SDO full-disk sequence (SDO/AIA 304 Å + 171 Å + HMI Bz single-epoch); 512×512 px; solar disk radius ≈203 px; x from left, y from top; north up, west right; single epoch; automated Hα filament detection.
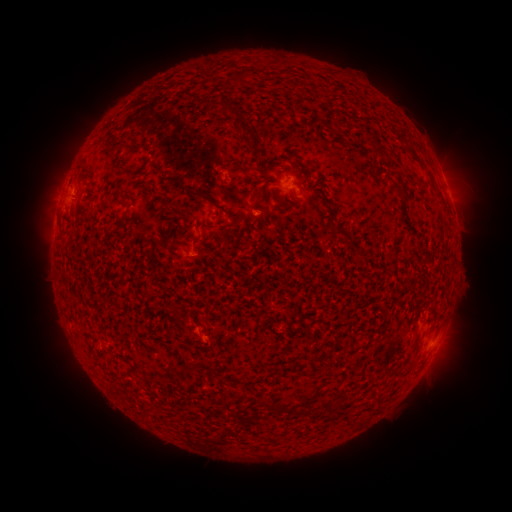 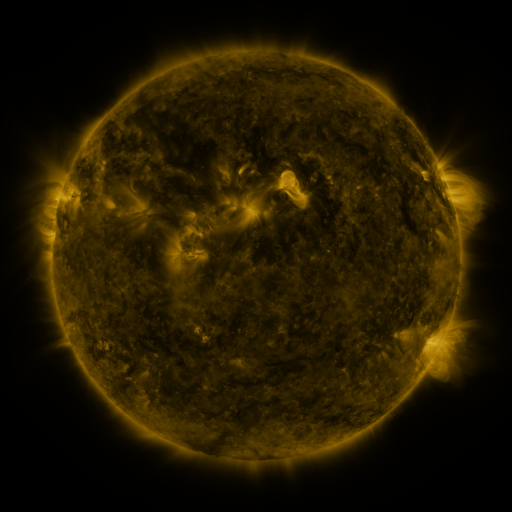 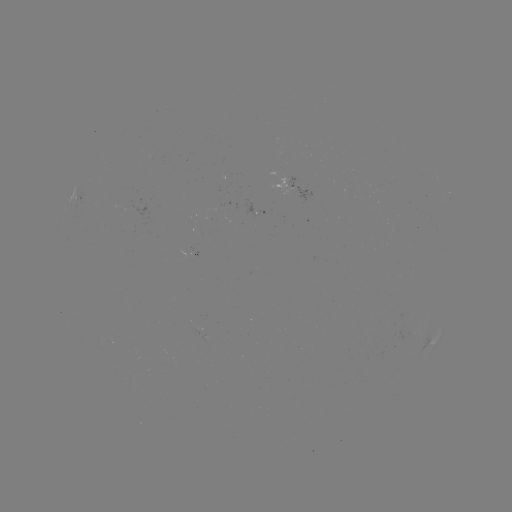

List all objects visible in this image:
filament: (243, 76)
filament: (227, 109)
filament: (248, 131)
filament: (118, 144)
filament: (86, 165)
filament: (399, 190)
filament: (200, 195)
filament: (281, 204)
filament: (233, 217)
filament: (342, 233)
